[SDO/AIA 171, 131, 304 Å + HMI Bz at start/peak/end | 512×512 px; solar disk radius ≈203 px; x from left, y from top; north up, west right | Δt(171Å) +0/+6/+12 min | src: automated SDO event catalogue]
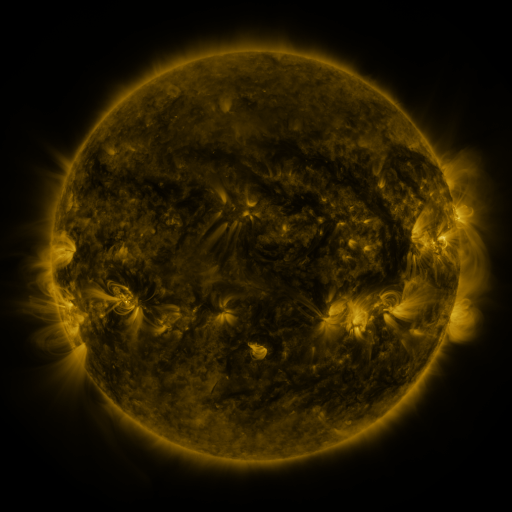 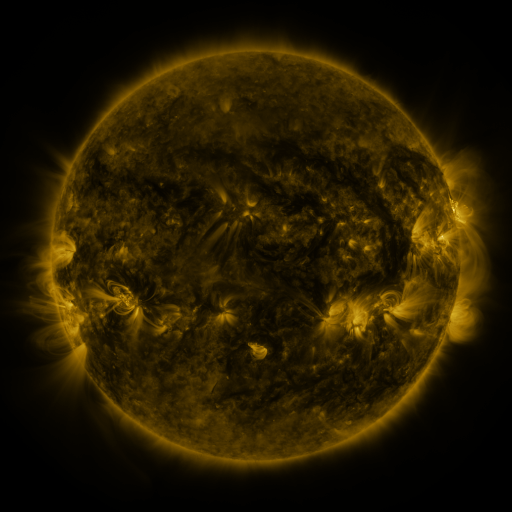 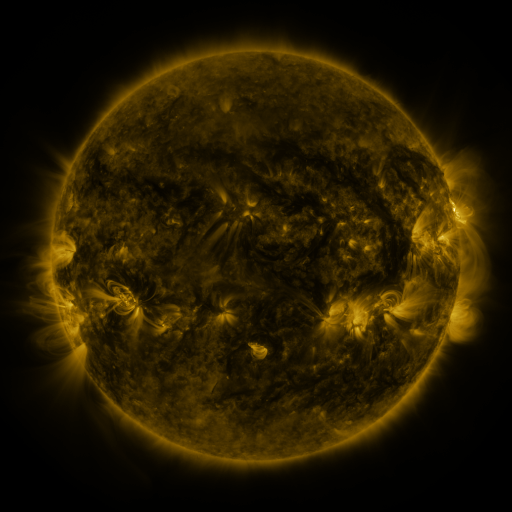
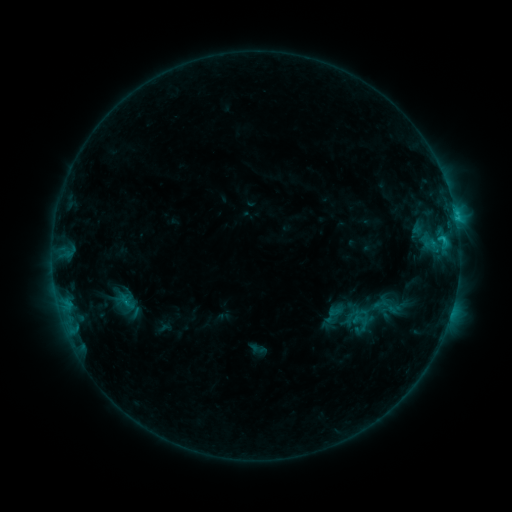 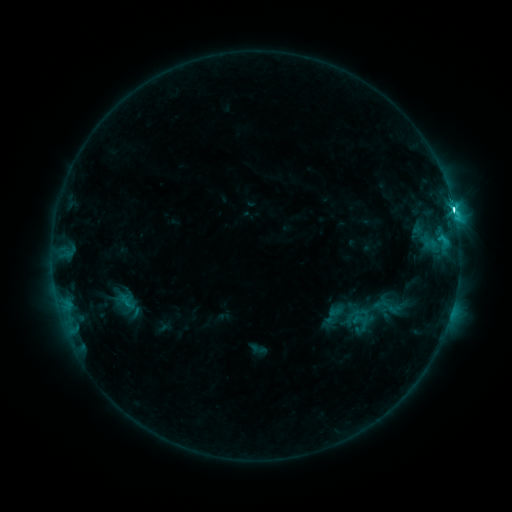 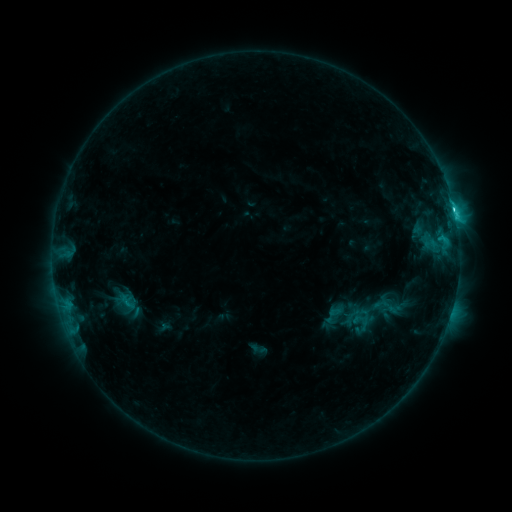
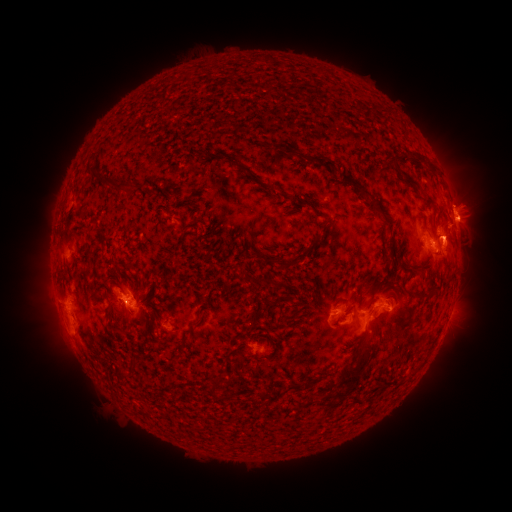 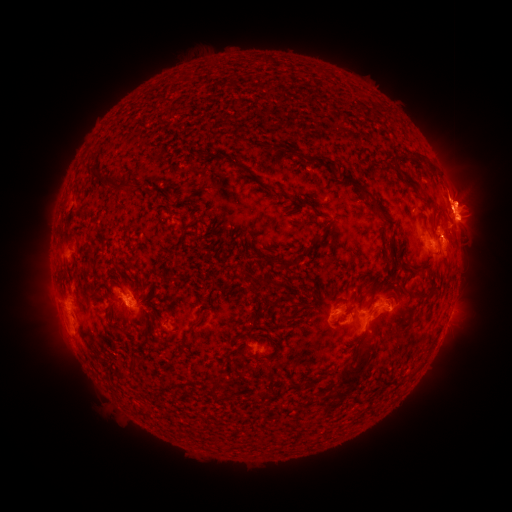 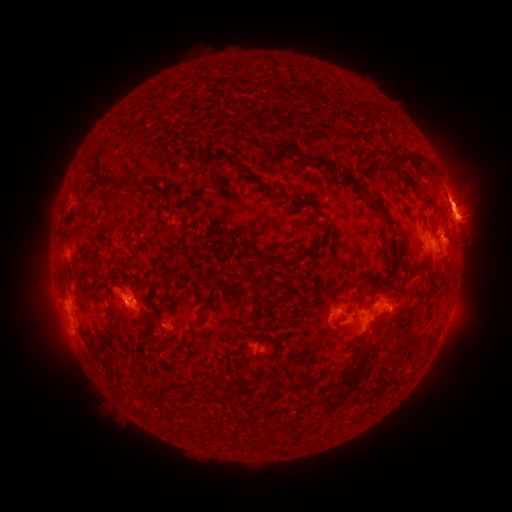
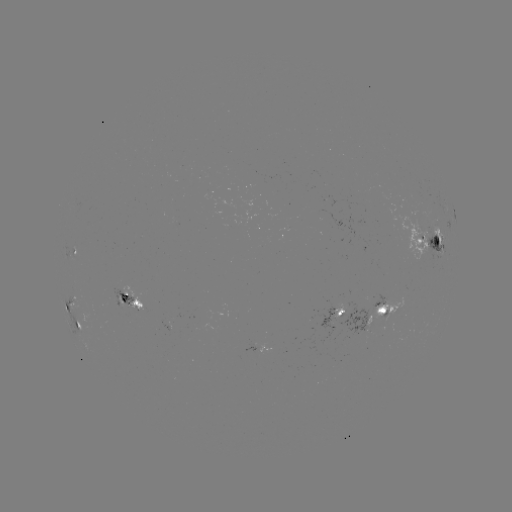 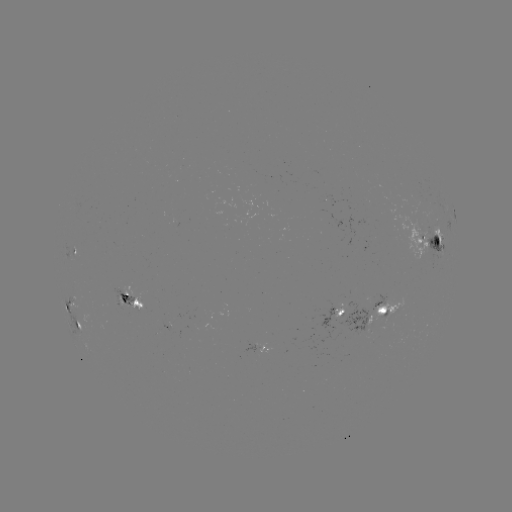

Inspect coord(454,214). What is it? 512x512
C5.7 flare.